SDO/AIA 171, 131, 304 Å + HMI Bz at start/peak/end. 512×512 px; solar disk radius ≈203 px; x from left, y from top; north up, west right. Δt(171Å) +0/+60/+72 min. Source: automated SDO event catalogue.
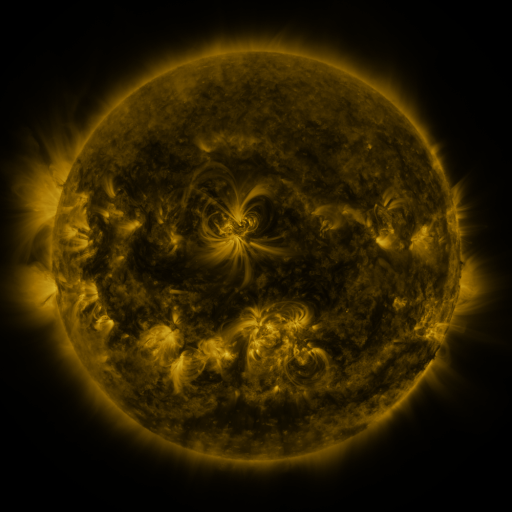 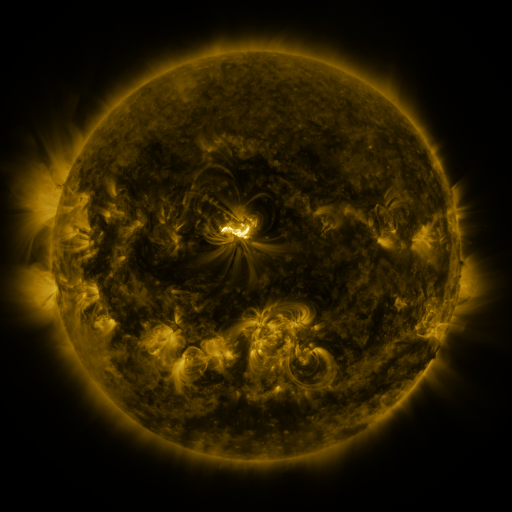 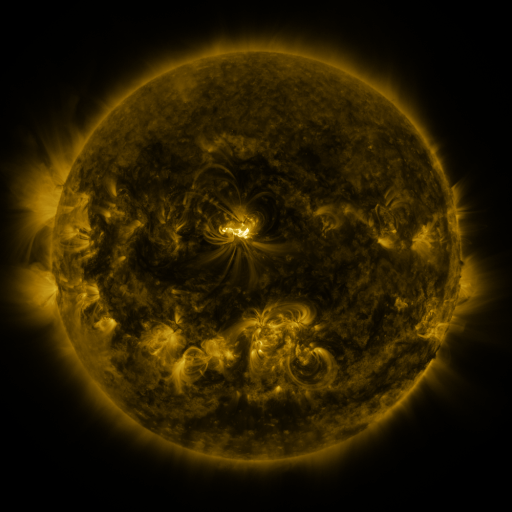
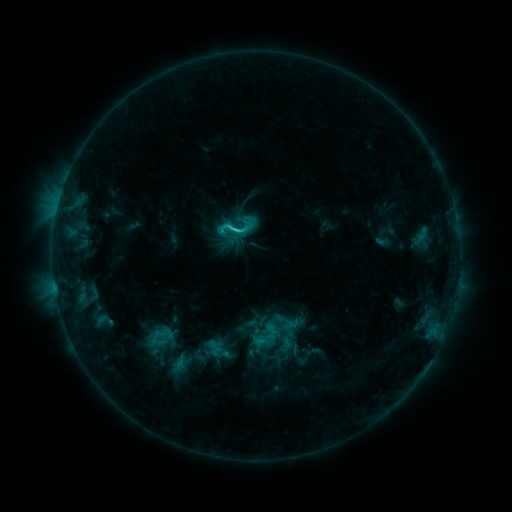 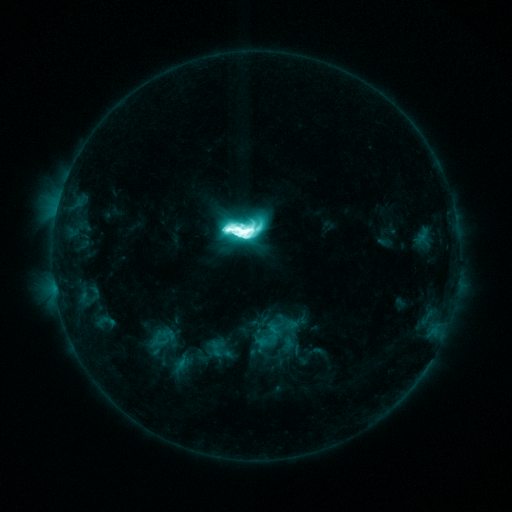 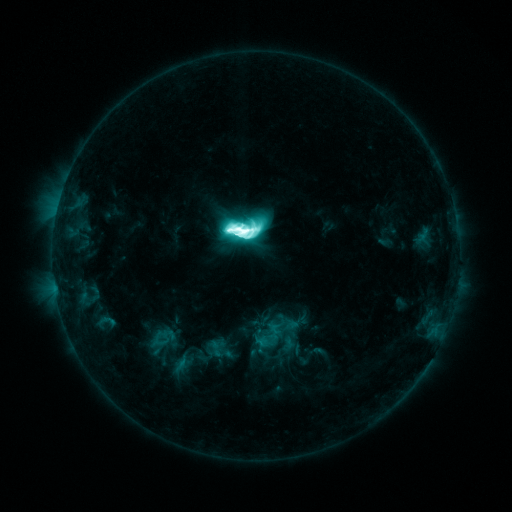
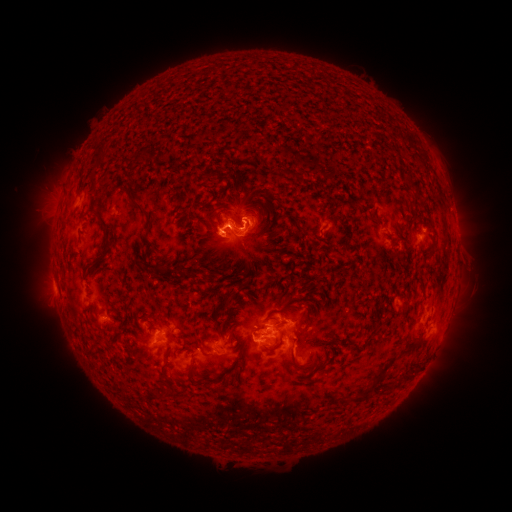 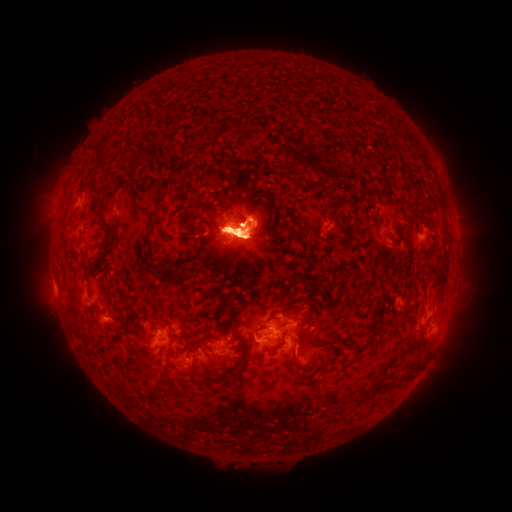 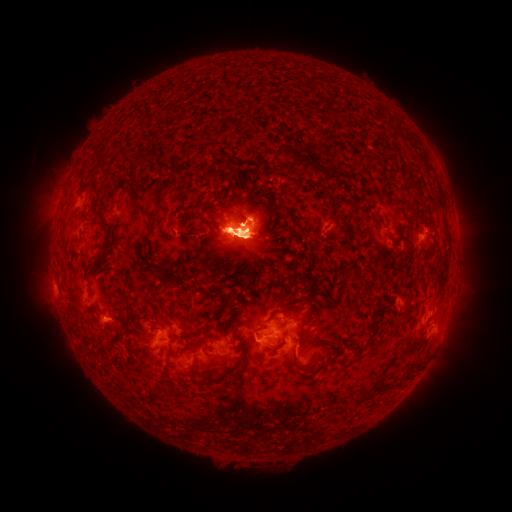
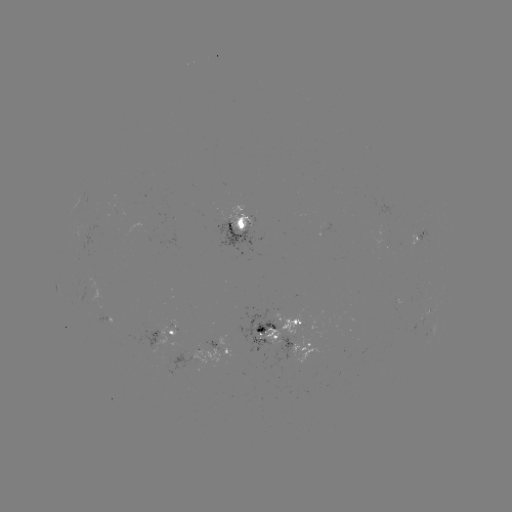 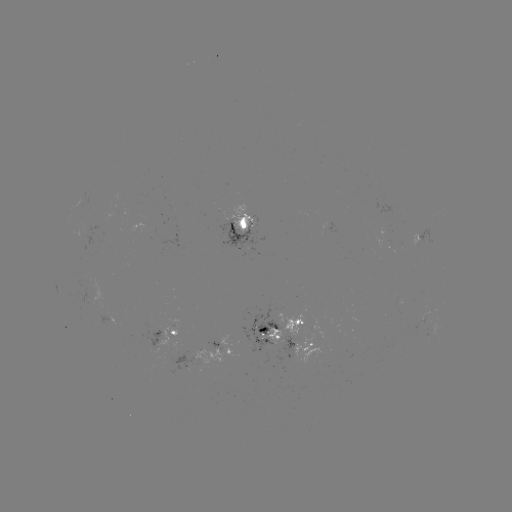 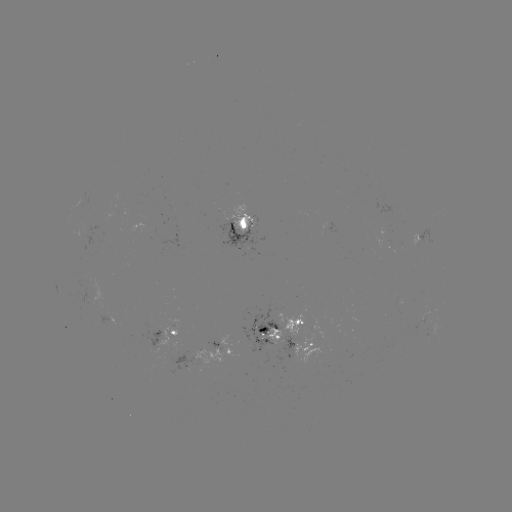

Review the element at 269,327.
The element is emerging-flux region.